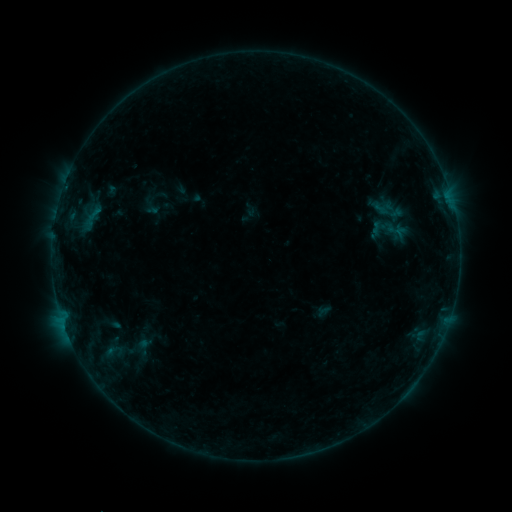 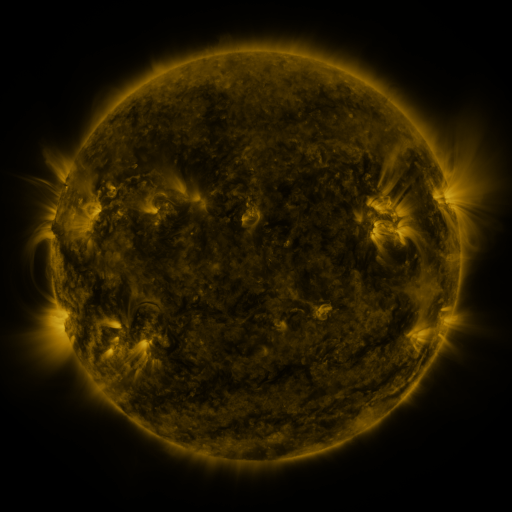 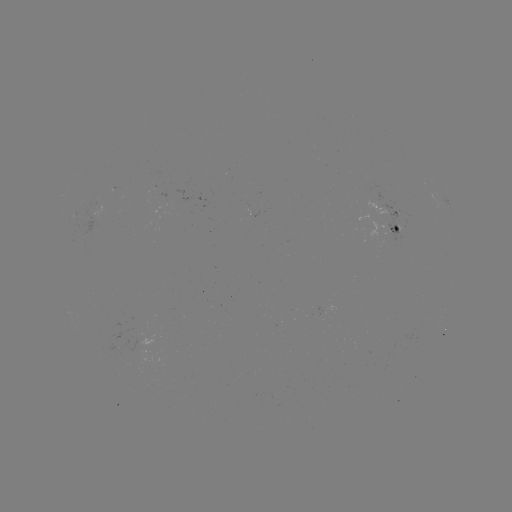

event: sigmoid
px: (151, 206)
